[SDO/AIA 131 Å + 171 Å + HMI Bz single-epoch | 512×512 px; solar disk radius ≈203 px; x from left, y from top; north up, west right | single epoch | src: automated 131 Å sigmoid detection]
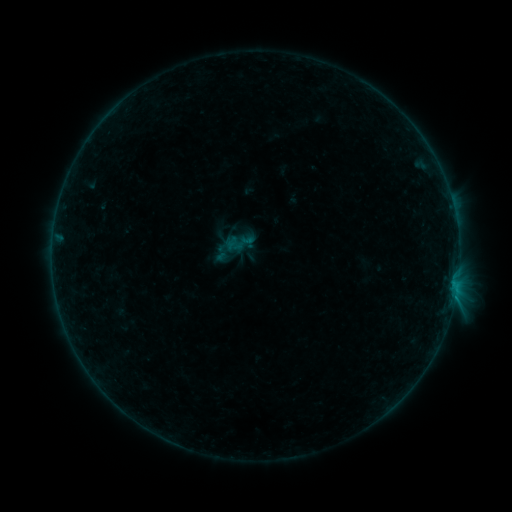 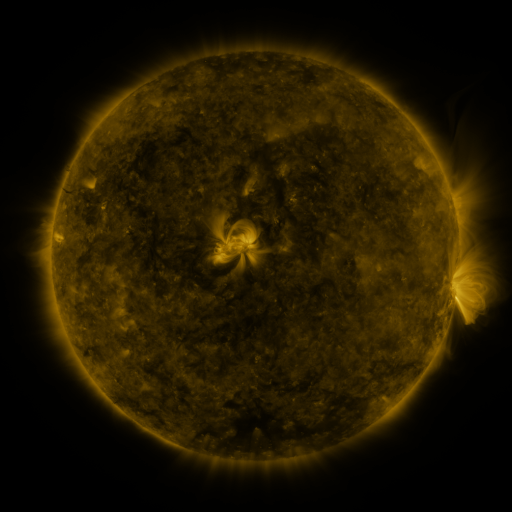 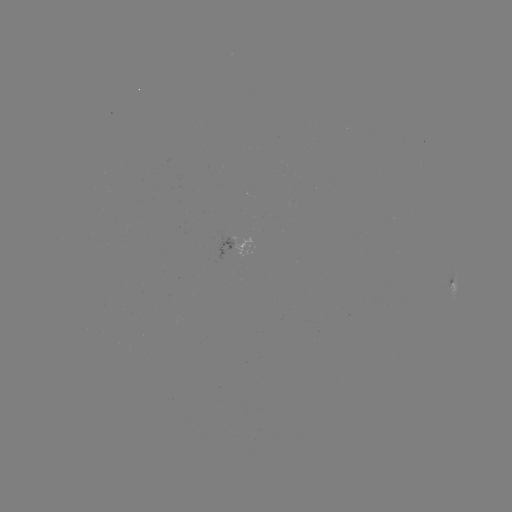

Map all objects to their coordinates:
sigmoid: (240, 243)
